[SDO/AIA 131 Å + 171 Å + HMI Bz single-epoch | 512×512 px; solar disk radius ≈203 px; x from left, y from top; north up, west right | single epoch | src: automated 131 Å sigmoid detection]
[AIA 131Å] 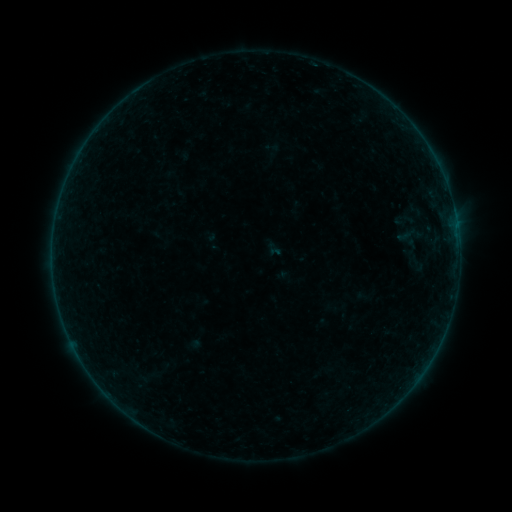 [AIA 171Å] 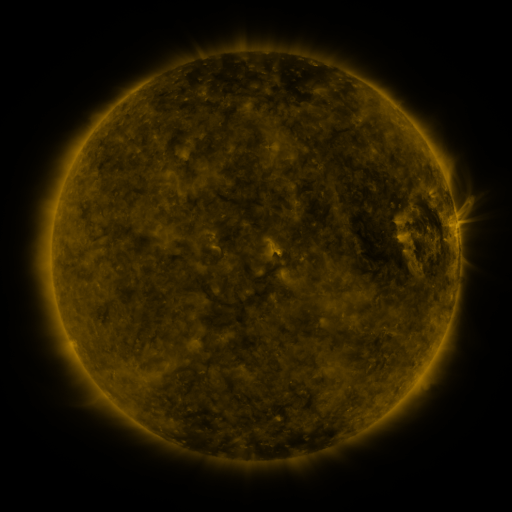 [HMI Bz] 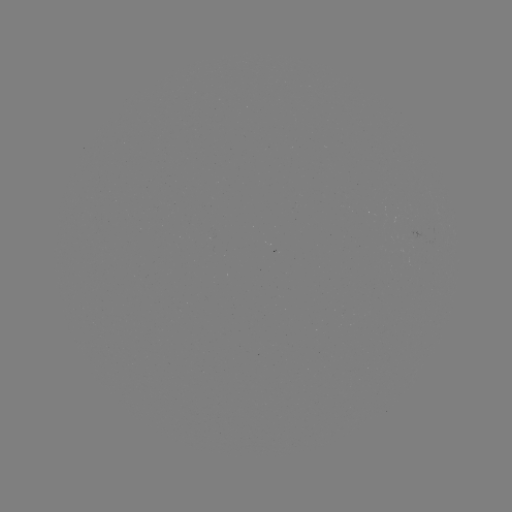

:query sigmoid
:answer (275, 249)